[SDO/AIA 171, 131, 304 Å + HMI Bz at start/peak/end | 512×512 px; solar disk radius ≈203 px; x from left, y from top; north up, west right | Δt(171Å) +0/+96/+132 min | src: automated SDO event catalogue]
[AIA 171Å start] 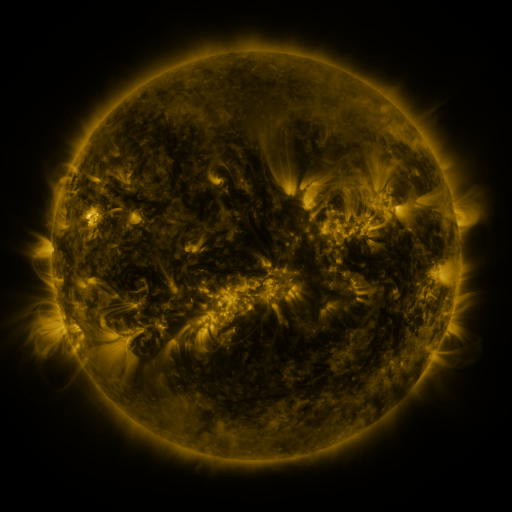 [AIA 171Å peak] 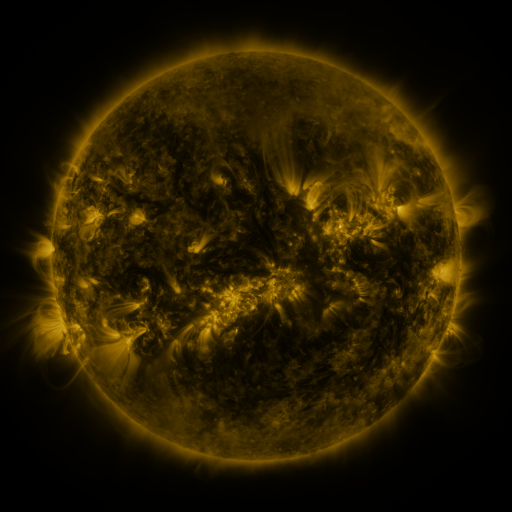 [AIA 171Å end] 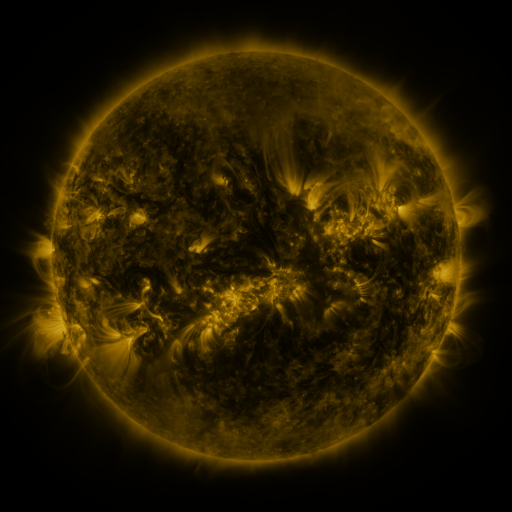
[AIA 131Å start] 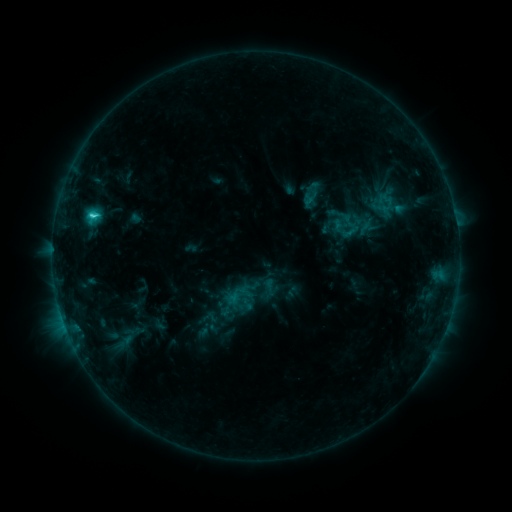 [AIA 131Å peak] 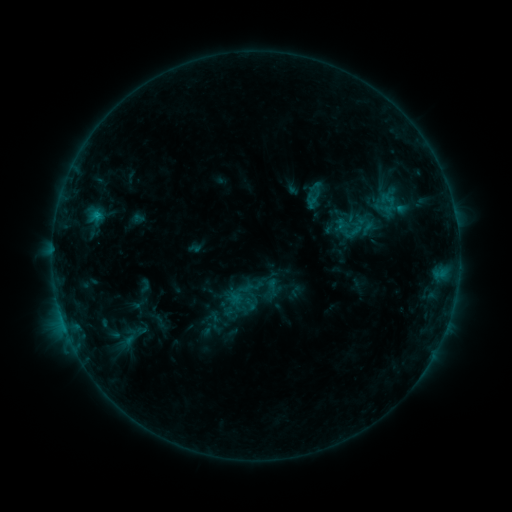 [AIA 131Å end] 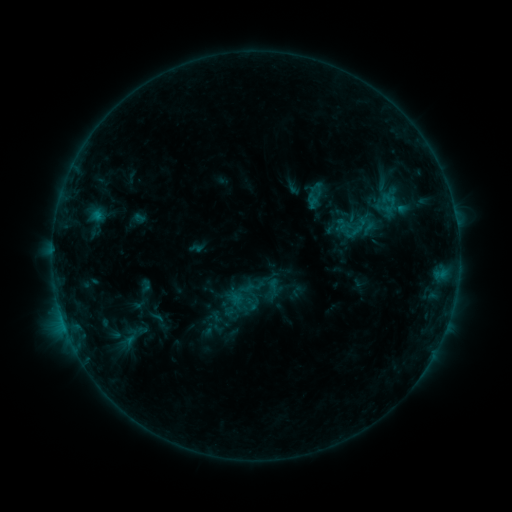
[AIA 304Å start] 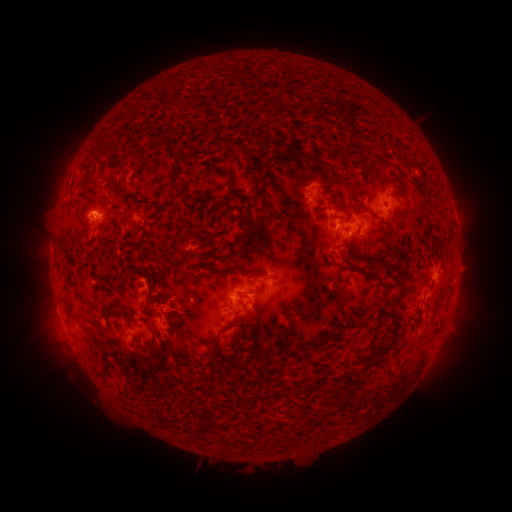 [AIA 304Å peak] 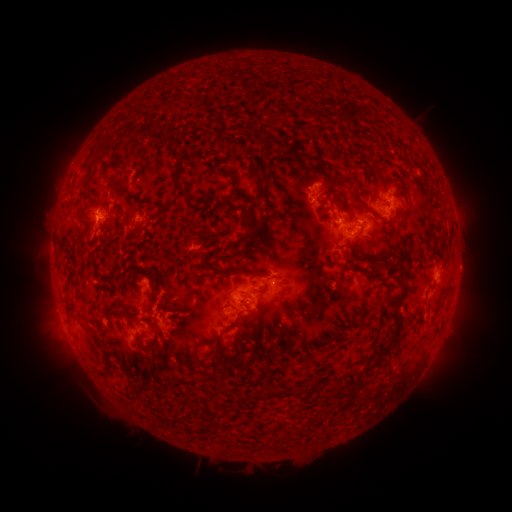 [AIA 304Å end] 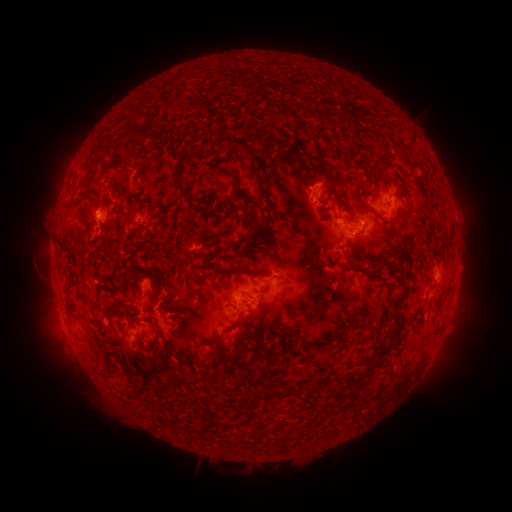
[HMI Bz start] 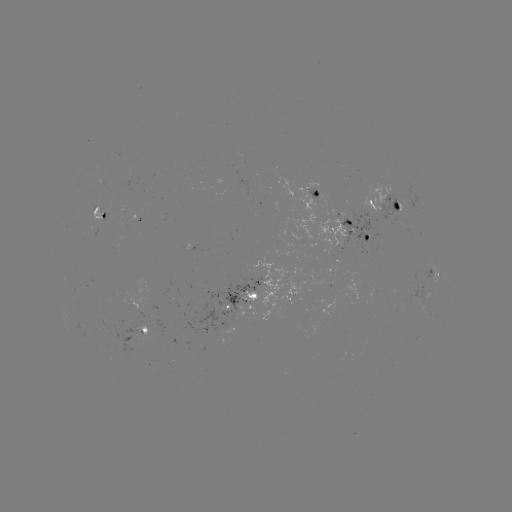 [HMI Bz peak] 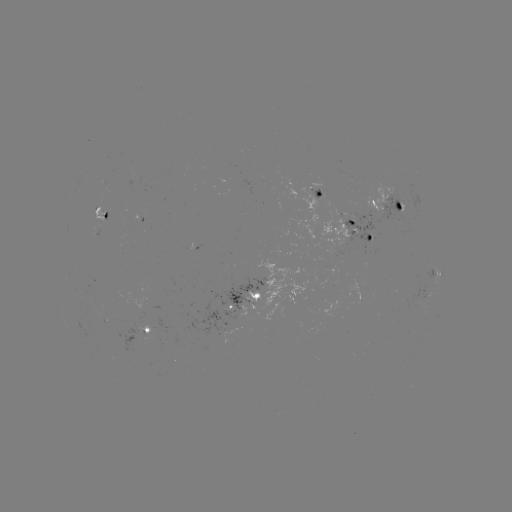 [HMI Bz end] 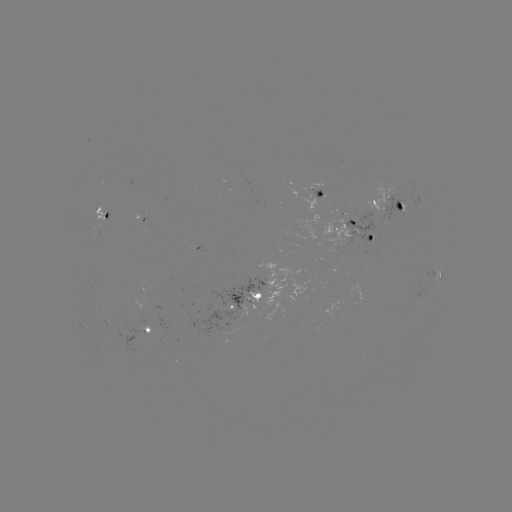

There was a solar emerging-flux region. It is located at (130, 303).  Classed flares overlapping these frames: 1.